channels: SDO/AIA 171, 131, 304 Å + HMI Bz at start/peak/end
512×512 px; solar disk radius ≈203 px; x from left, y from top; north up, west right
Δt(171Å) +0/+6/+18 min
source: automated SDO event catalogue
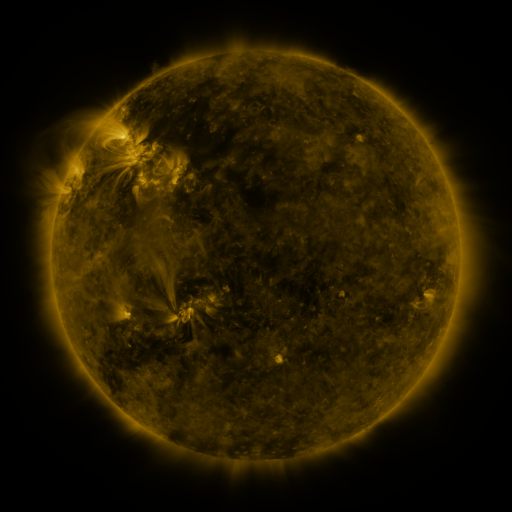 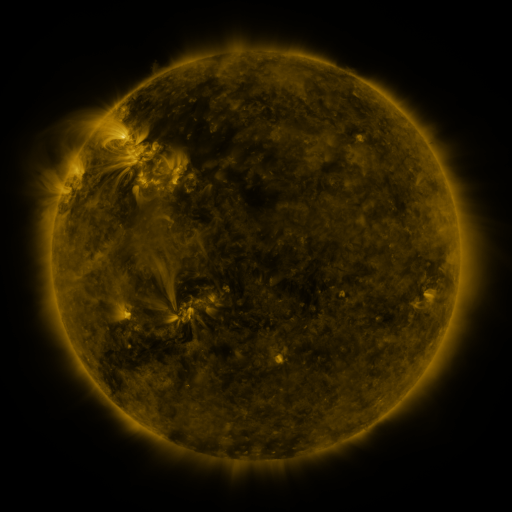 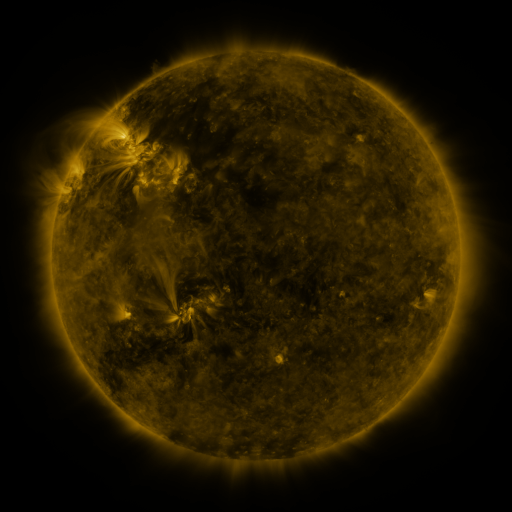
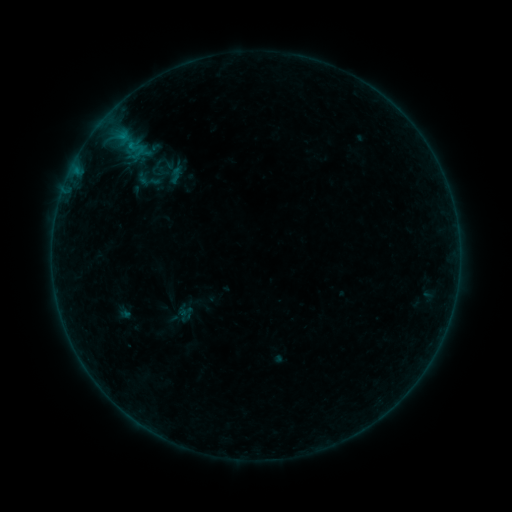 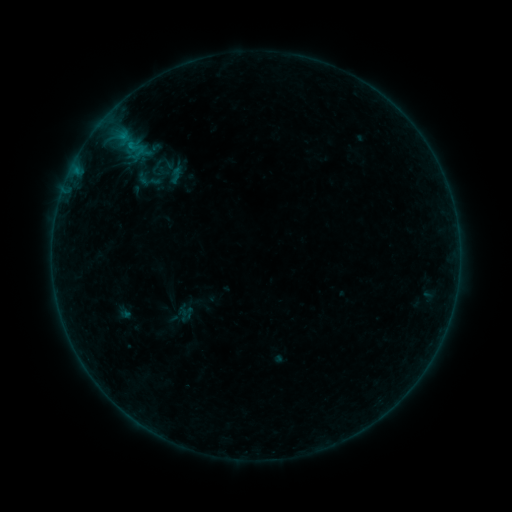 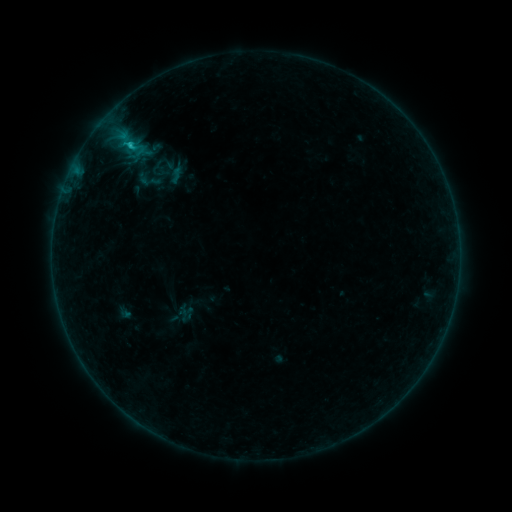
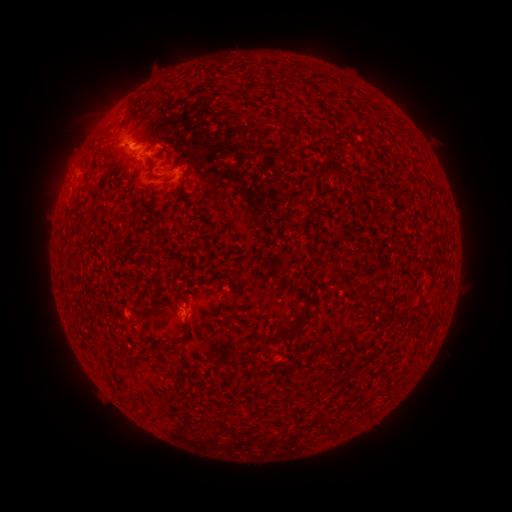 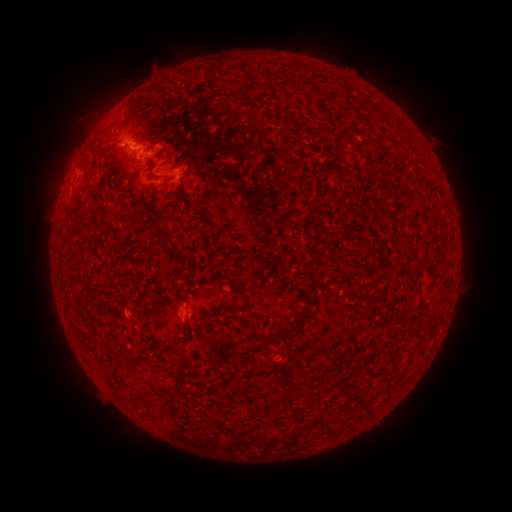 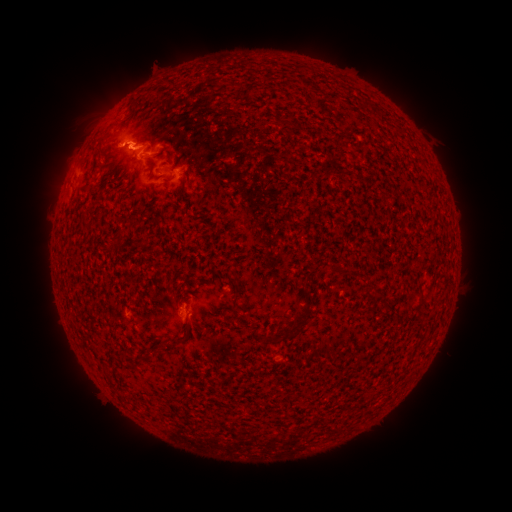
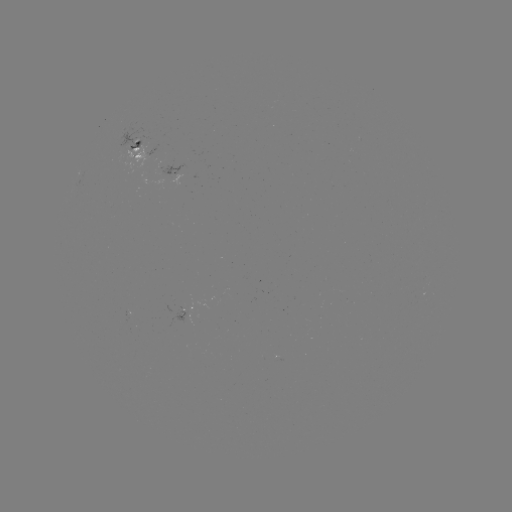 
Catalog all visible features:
C1.0 flare: (127, 139)
